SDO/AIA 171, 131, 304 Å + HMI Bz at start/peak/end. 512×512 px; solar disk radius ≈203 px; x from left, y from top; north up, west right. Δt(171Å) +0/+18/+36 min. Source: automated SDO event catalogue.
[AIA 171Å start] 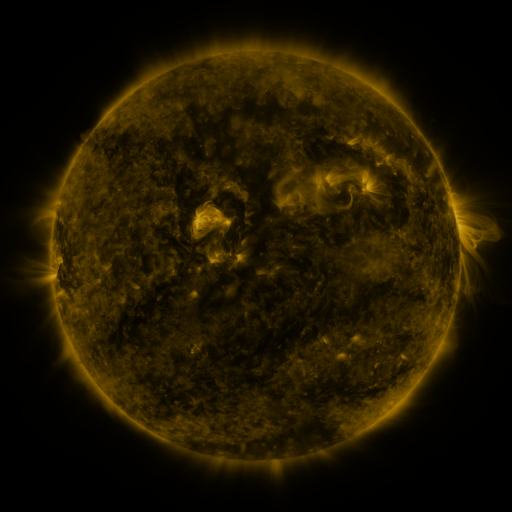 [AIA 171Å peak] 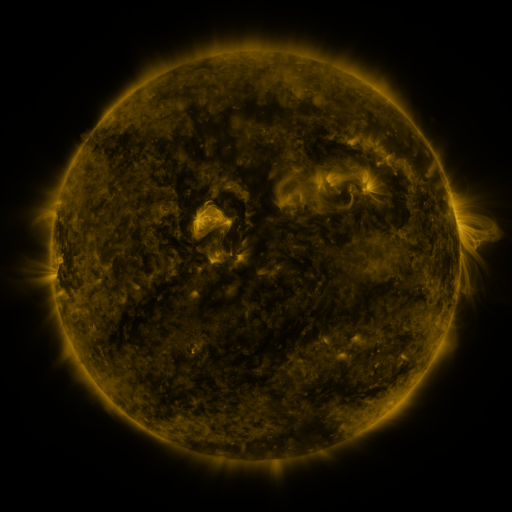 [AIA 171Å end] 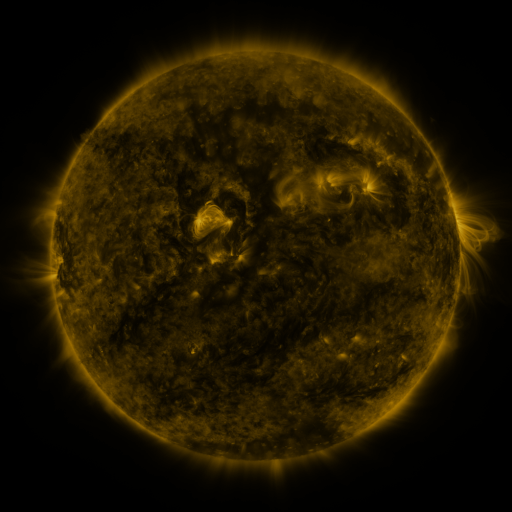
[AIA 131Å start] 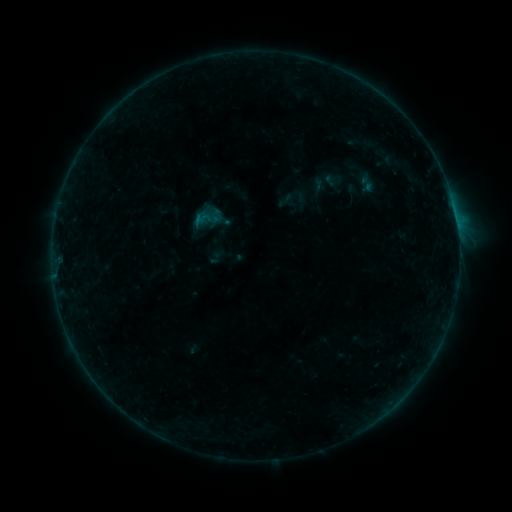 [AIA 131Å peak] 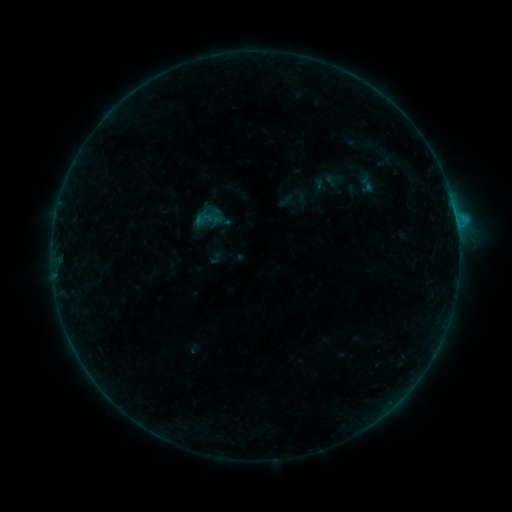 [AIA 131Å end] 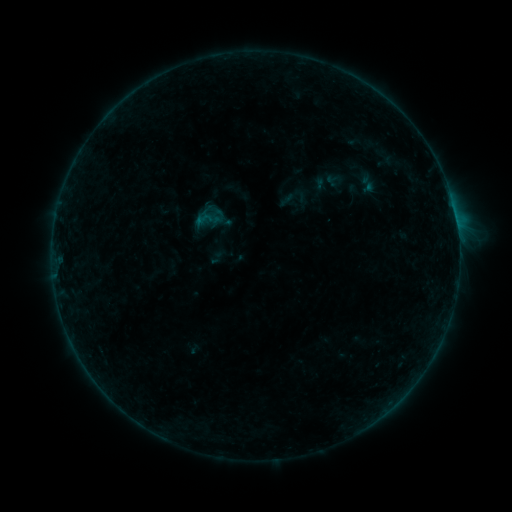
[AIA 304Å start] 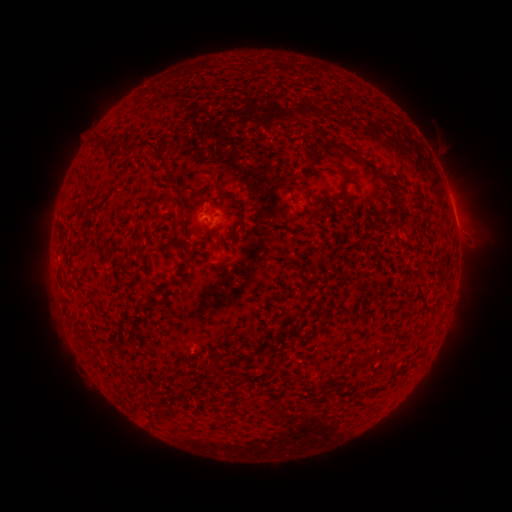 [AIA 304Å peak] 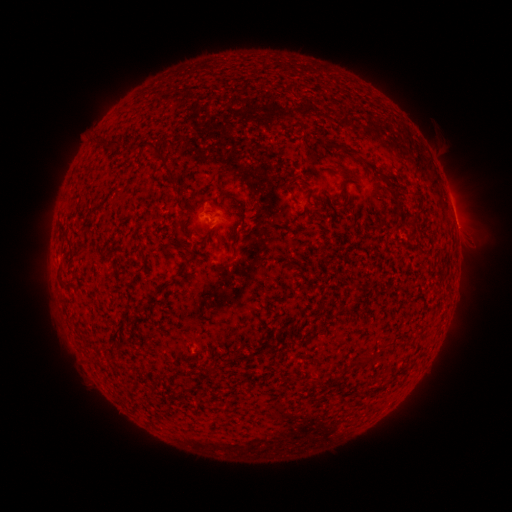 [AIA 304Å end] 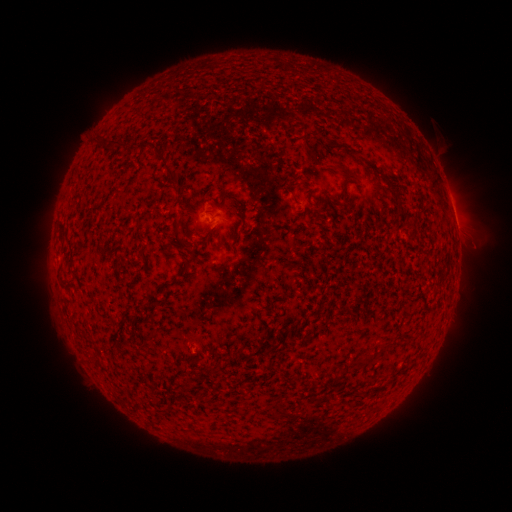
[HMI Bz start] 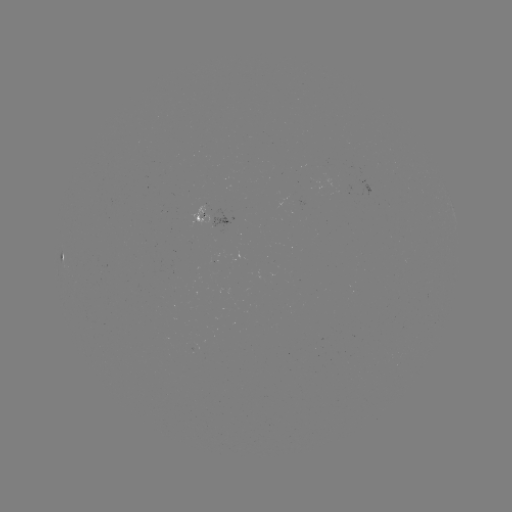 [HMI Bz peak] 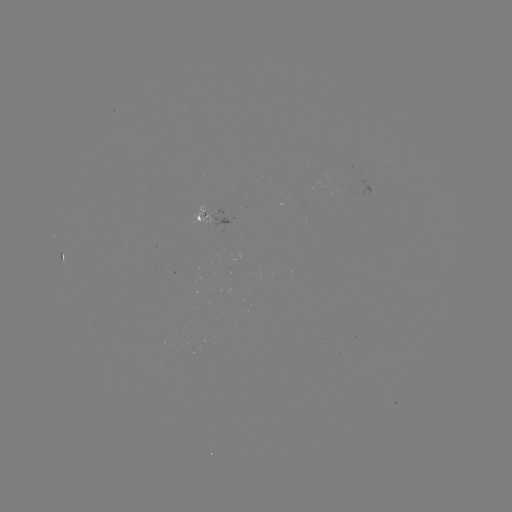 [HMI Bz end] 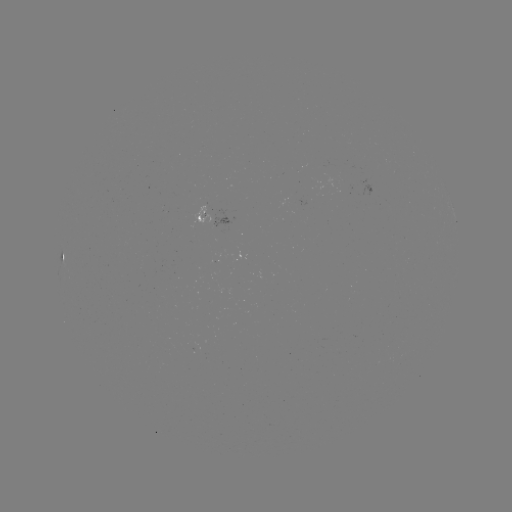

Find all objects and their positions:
B4.6 flare: (456, 223)
